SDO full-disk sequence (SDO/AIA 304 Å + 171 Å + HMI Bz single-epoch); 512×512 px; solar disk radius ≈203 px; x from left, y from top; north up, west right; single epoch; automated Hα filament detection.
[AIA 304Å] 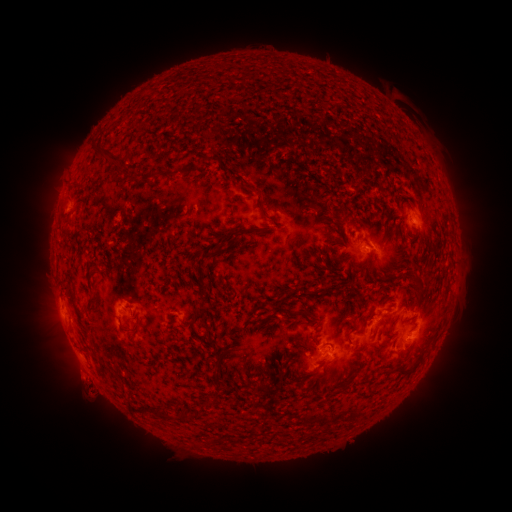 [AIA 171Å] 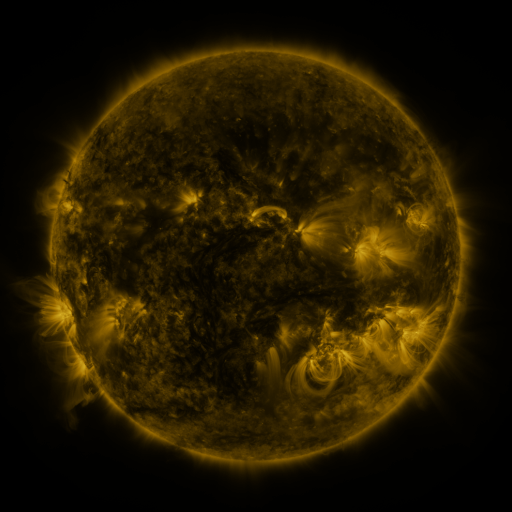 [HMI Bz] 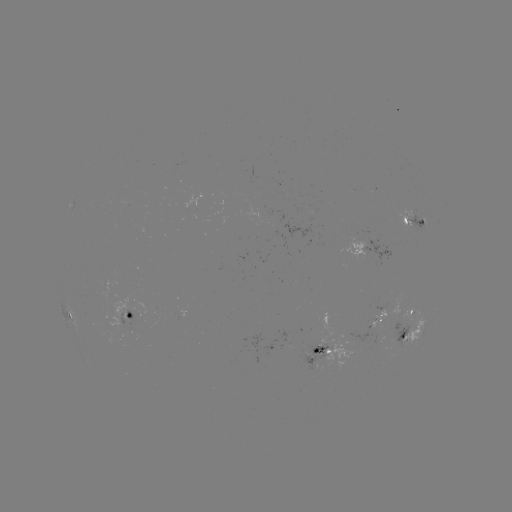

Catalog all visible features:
filament: (105, 154)
filament: (263, 213)
filament: (68, 219)
filament: (89, 302)
filament: (202, 310)
filament: (302, 313)
filament: (274, 314)
filament: (136, 328)
filament: (346, 336)
filament: (419, 361)
filament: (403, 373)
filament: (211, 402)
filament: (160, 414)
